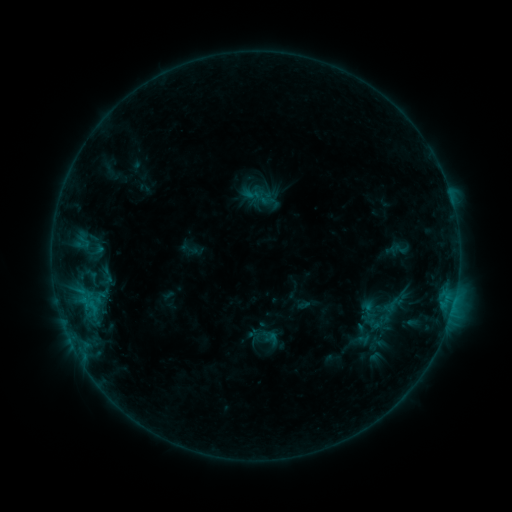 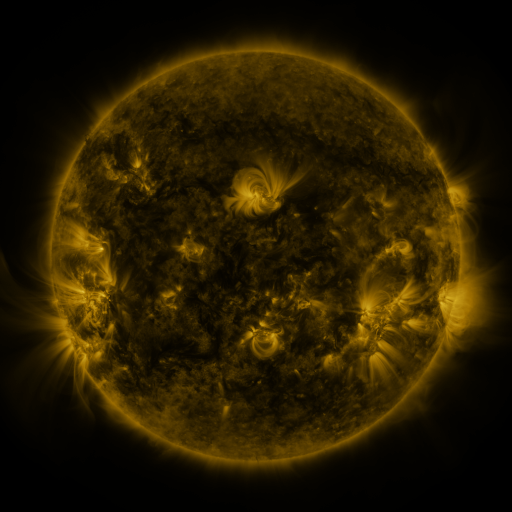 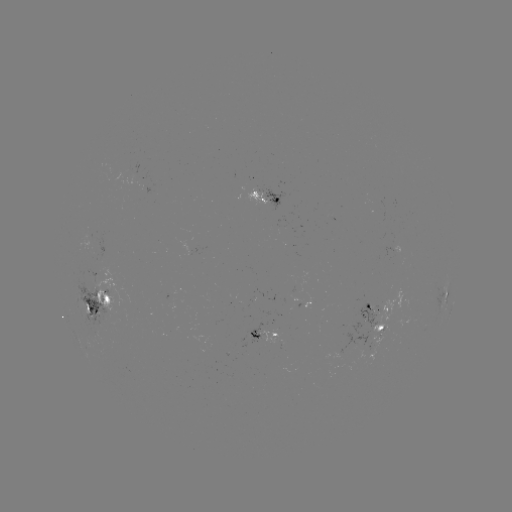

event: sigmoid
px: (252, 195)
